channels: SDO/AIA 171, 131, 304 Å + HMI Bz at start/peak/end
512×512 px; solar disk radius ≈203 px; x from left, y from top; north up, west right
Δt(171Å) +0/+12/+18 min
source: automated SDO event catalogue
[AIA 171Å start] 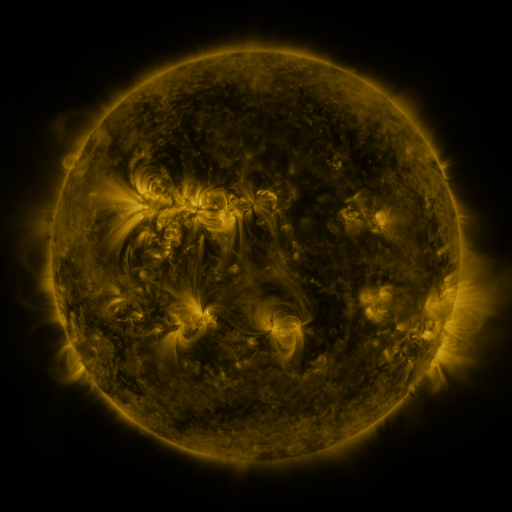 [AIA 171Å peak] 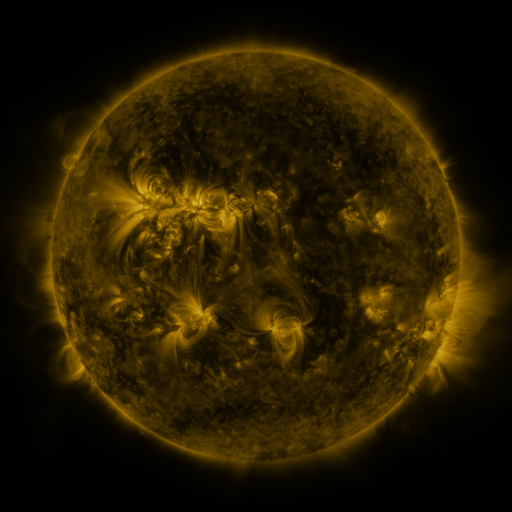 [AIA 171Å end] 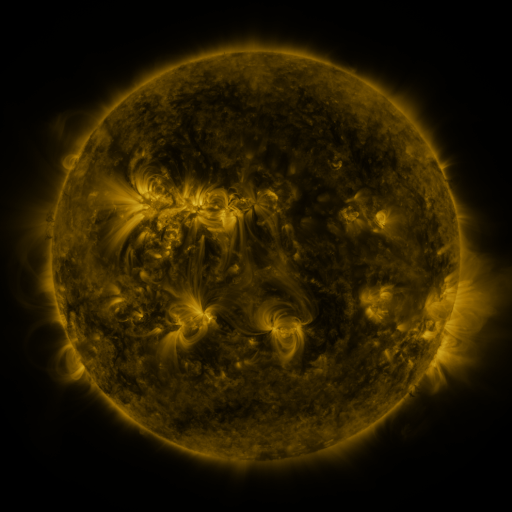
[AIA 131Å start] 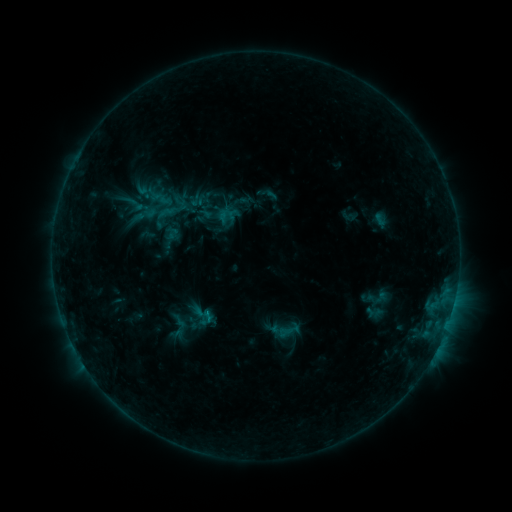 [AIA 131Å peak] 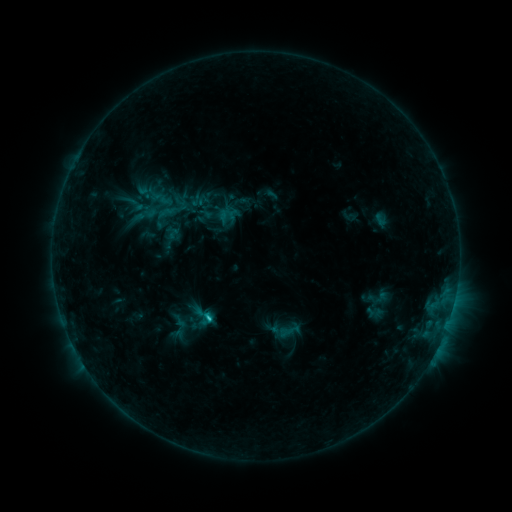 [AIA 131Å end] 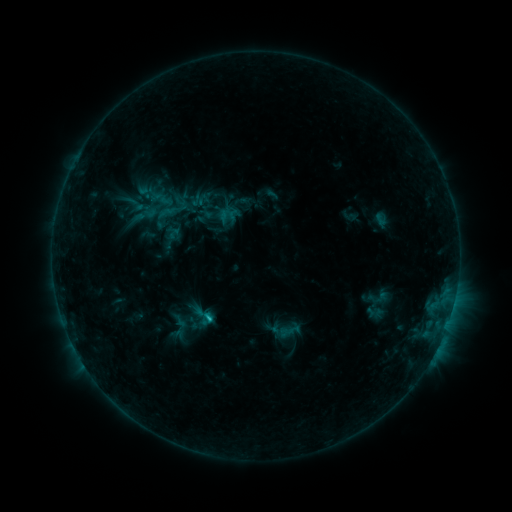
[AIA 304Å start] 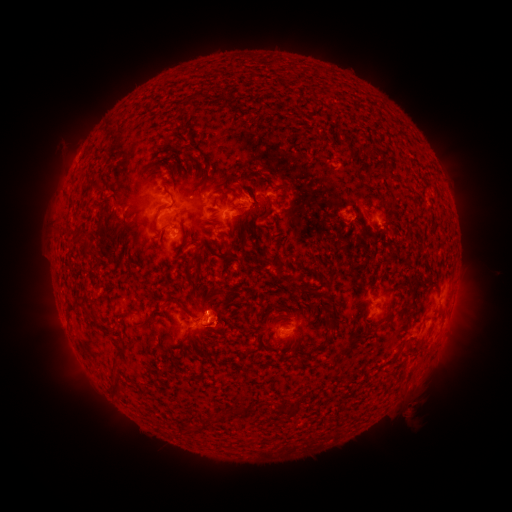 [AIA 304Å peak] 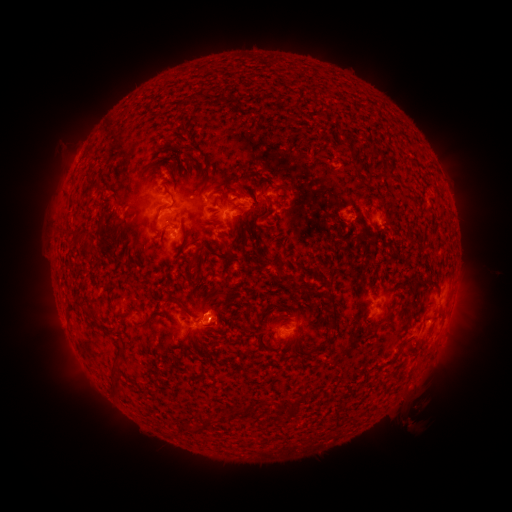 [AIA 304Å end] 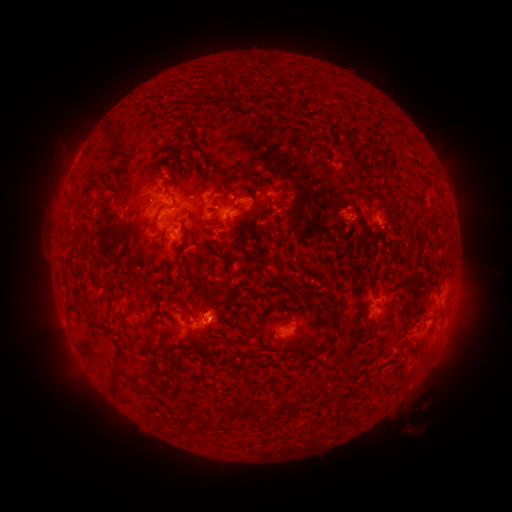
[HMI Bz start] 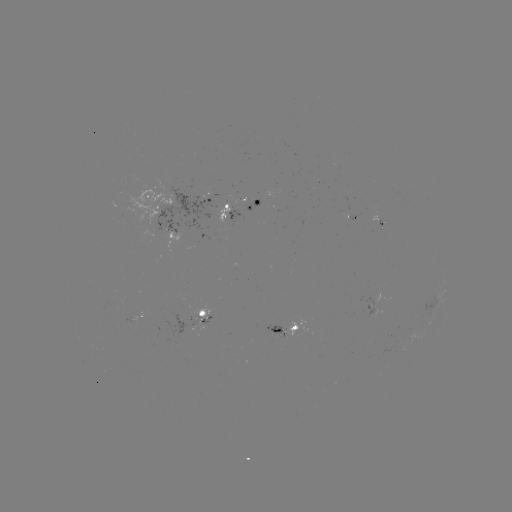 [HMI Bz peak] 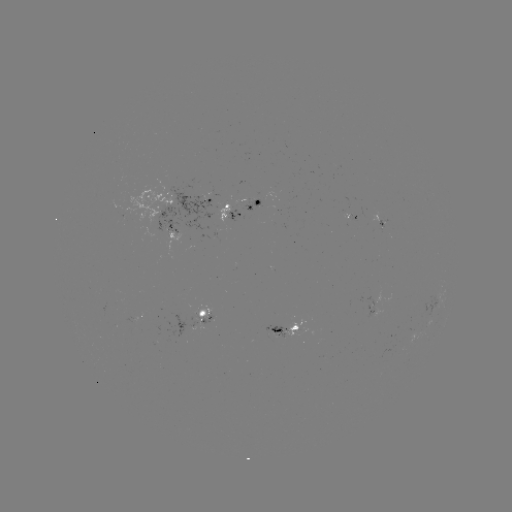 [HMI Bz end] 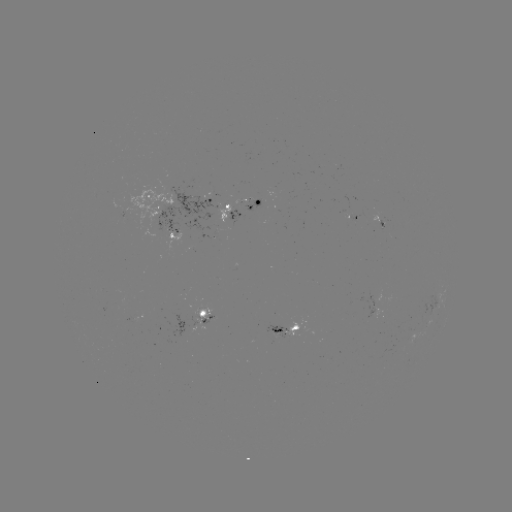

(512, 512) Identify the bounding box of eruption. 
[391, 395, 430, 431].